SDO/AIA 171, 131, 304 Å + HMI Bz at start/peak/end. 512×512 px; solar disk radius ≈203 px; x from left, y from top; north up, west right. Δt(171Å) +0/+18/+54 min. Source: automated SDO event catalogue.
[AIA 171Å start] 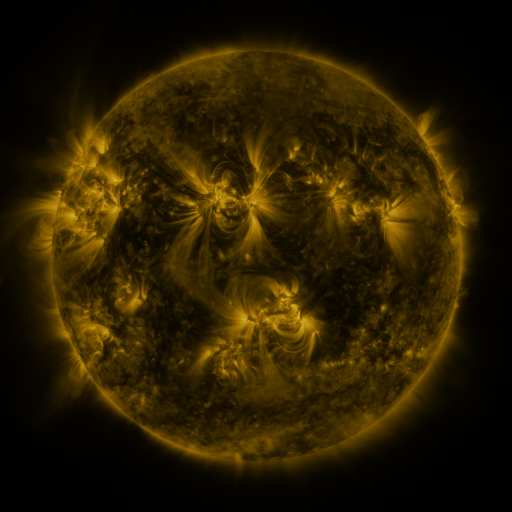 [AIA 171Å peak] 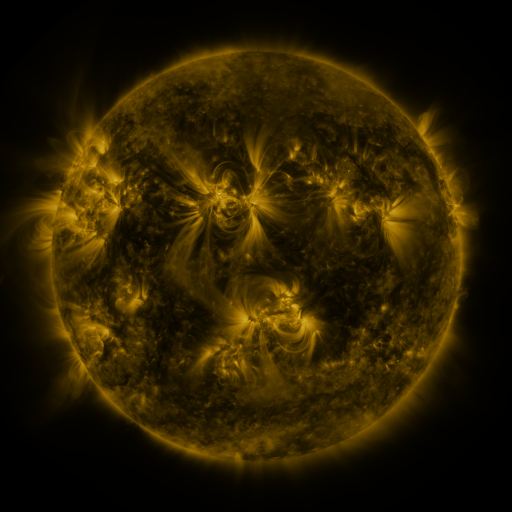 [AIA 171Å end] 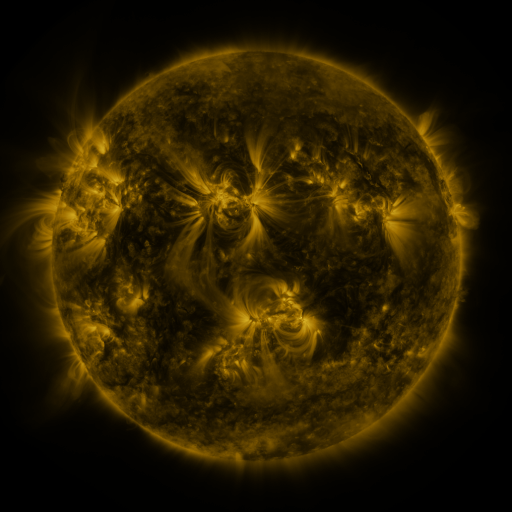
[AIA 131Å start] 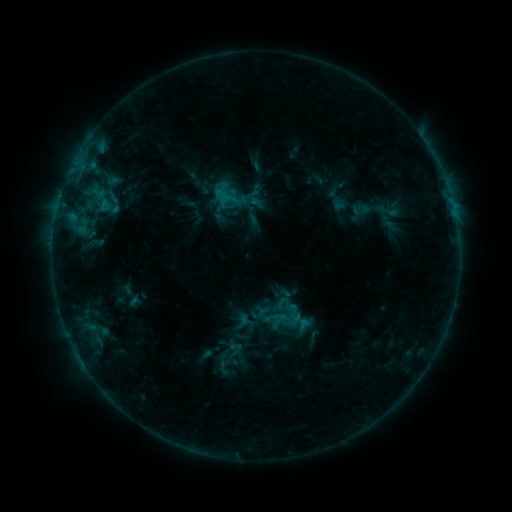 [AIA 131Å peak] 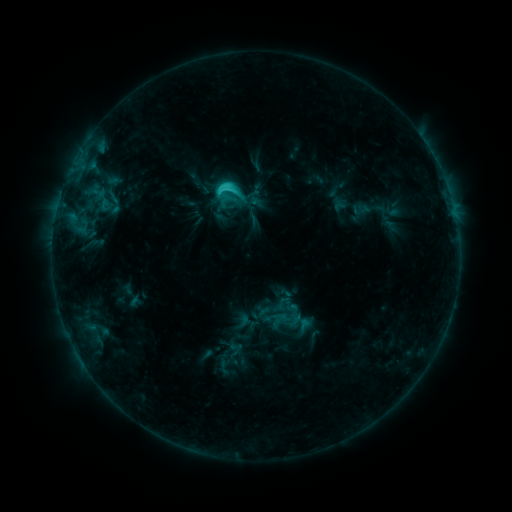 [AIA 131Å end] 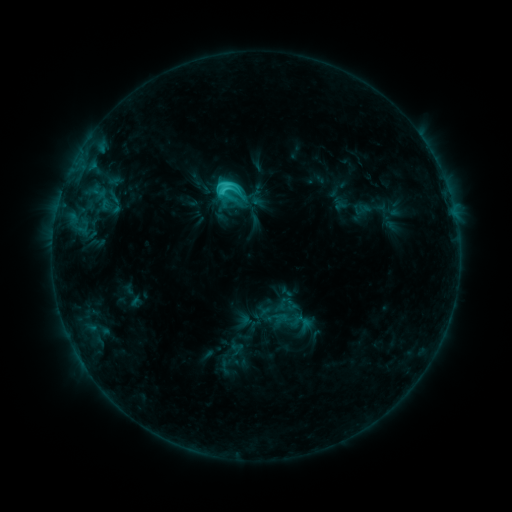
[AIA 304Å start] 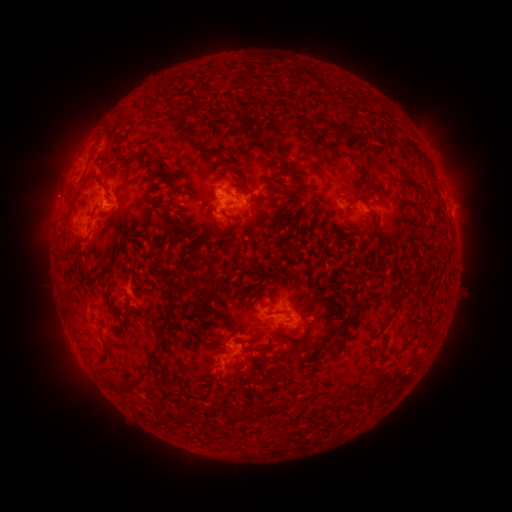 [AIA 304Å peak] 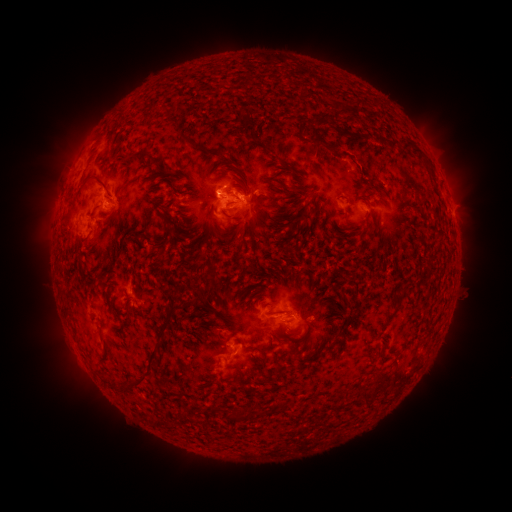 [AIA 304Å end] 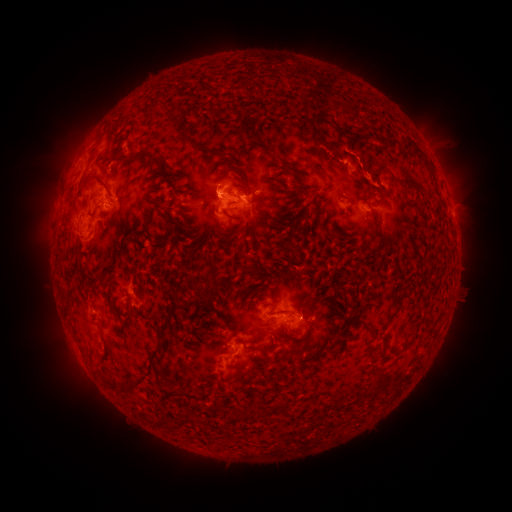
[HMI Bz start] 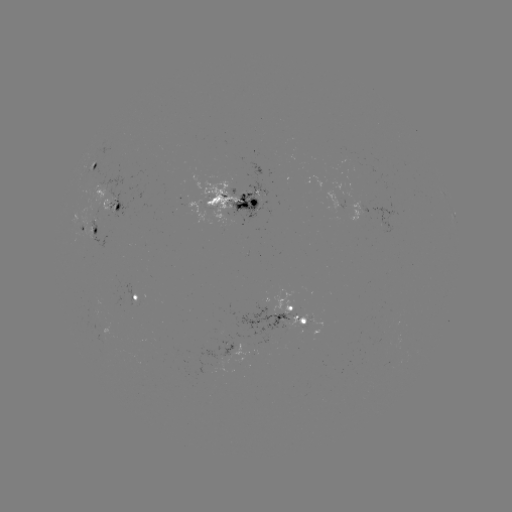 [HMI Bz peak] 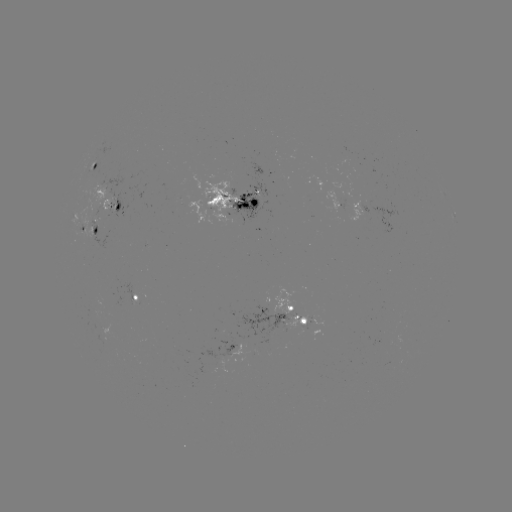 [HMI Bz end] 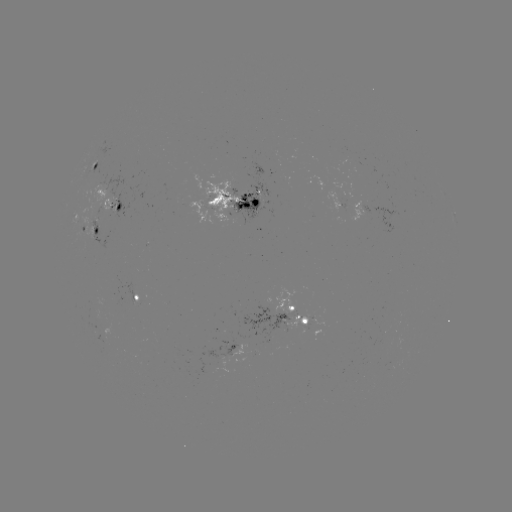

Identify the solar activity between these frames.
C3.2 flare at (226, 191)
